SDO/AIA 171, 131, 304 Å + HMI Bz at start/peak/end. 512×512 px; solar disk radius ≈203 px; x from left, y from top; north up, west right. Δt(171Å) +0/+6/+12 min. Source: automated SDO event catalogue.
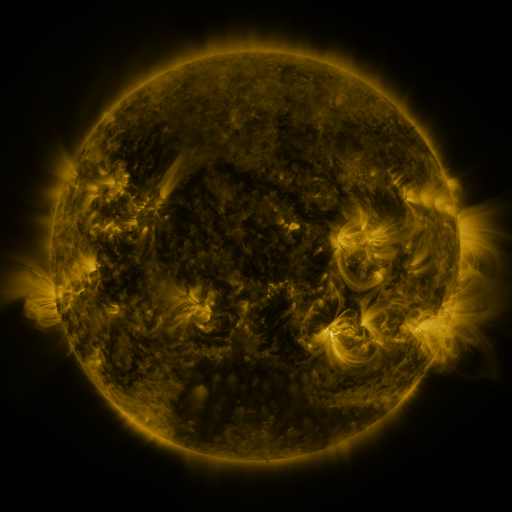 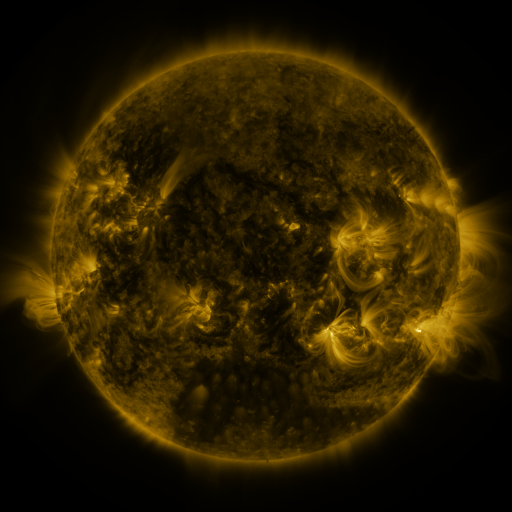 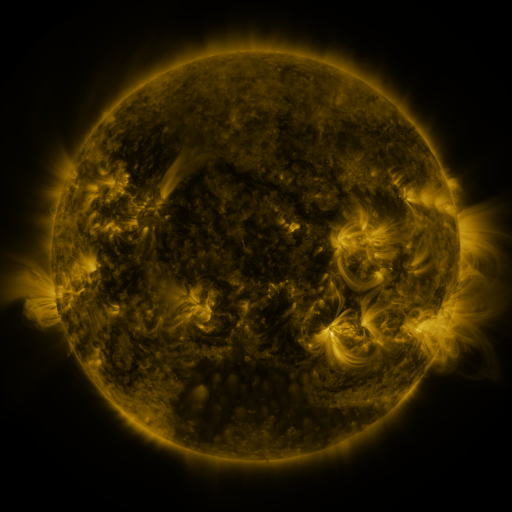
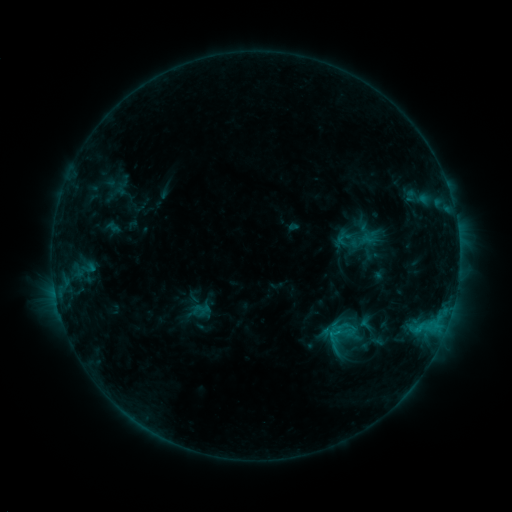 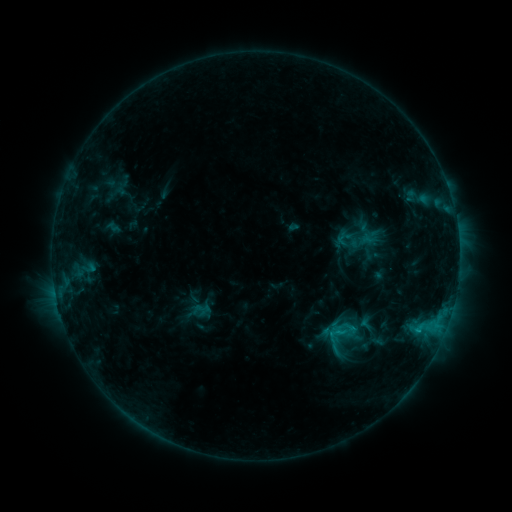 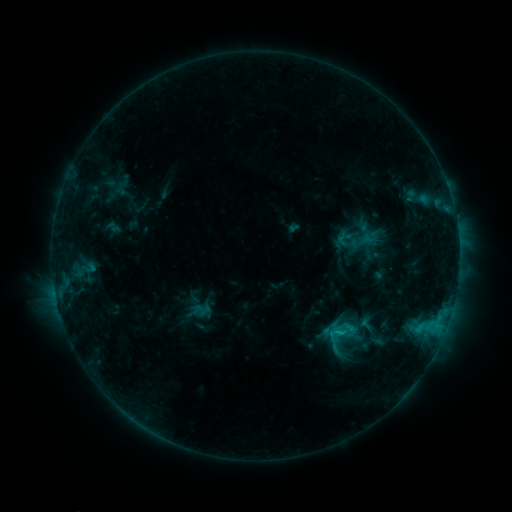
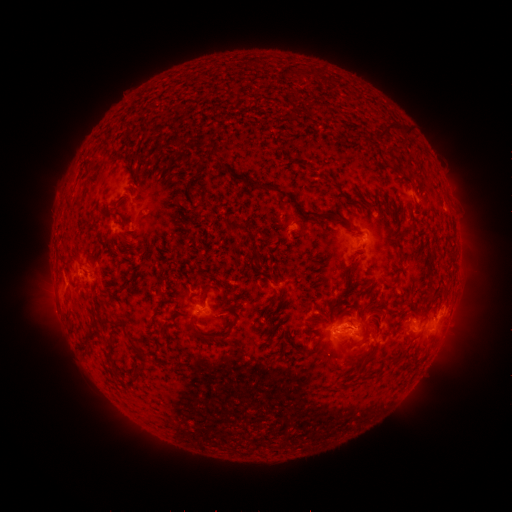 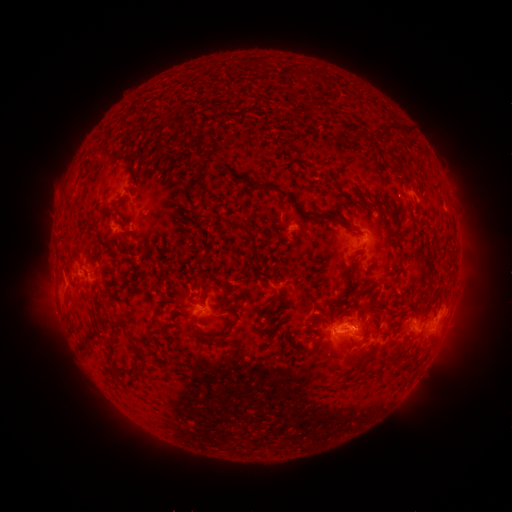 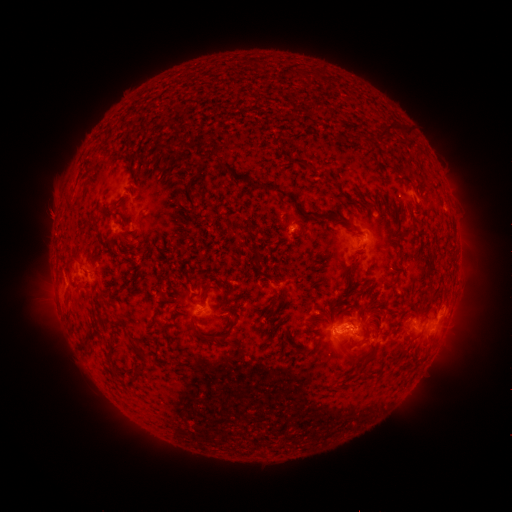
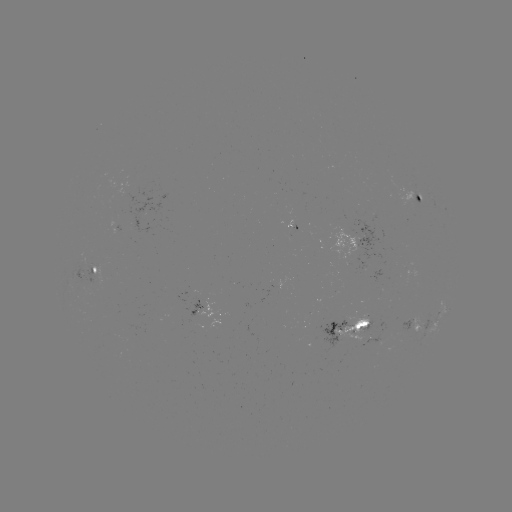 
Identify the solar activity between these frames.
no classed flare was catalogued and no EUV brightening was flagged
